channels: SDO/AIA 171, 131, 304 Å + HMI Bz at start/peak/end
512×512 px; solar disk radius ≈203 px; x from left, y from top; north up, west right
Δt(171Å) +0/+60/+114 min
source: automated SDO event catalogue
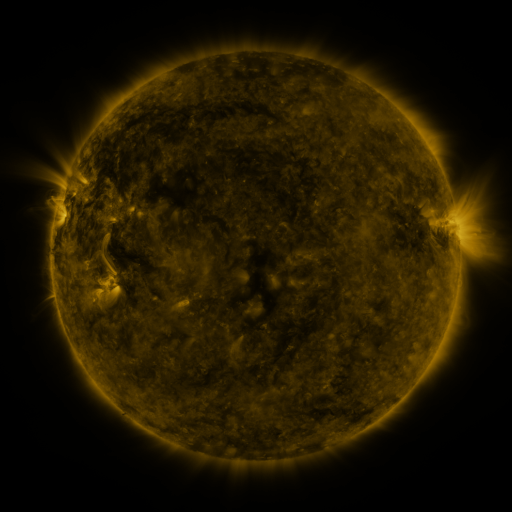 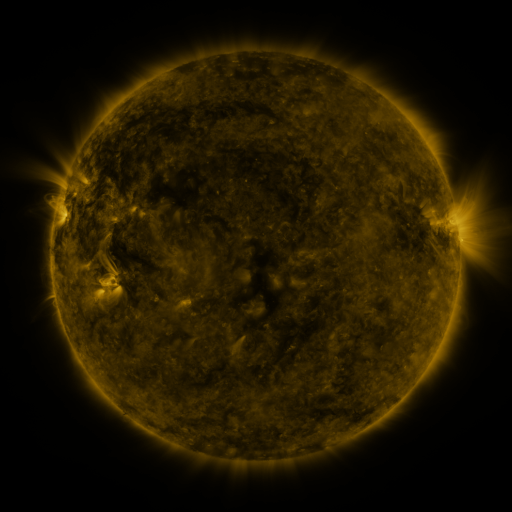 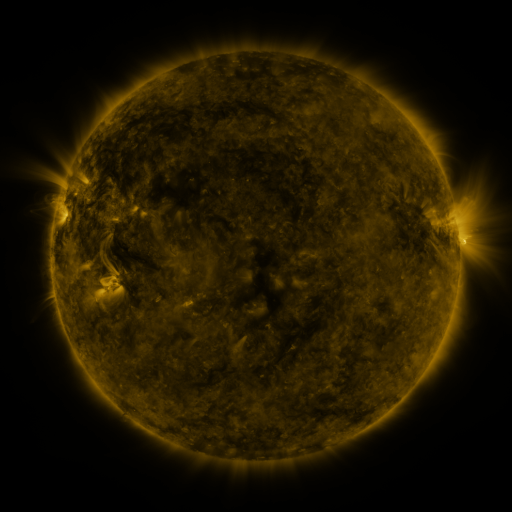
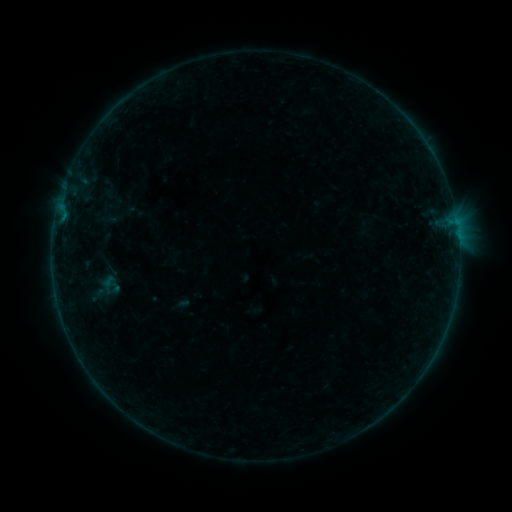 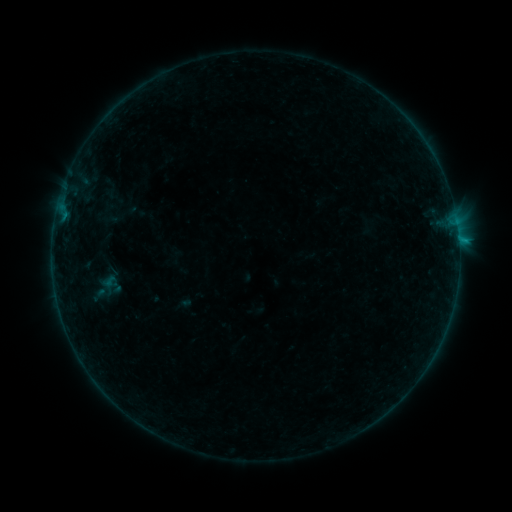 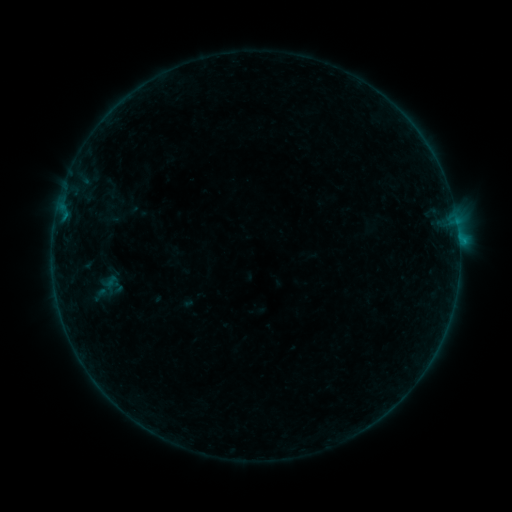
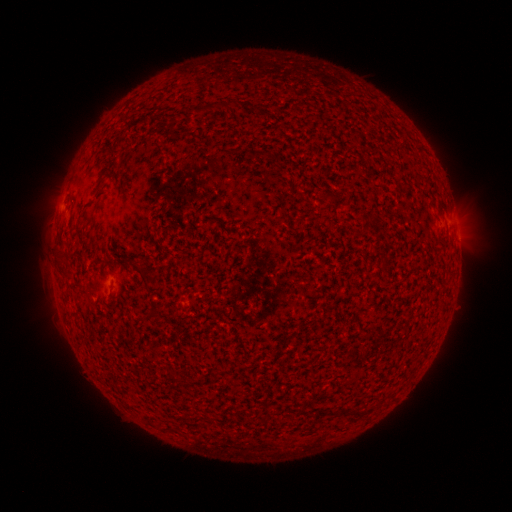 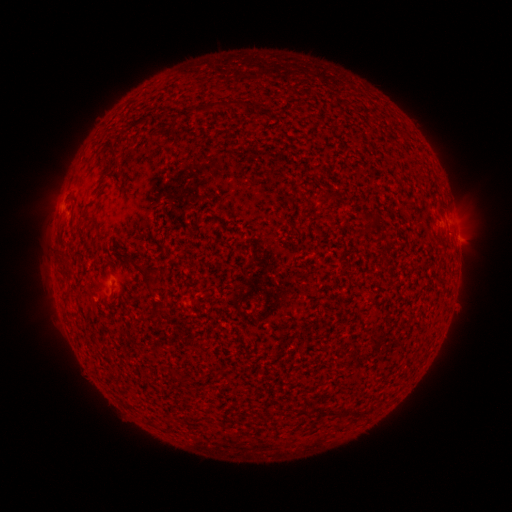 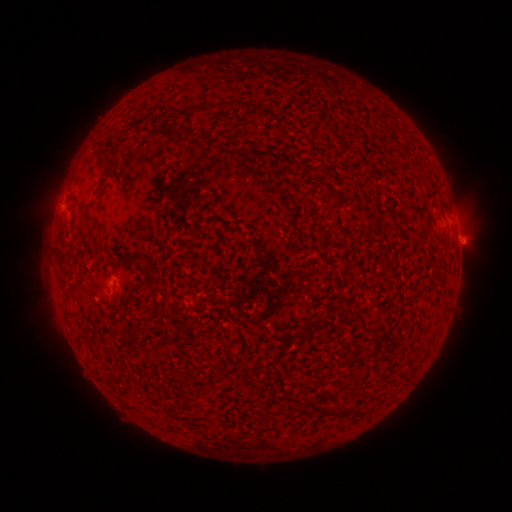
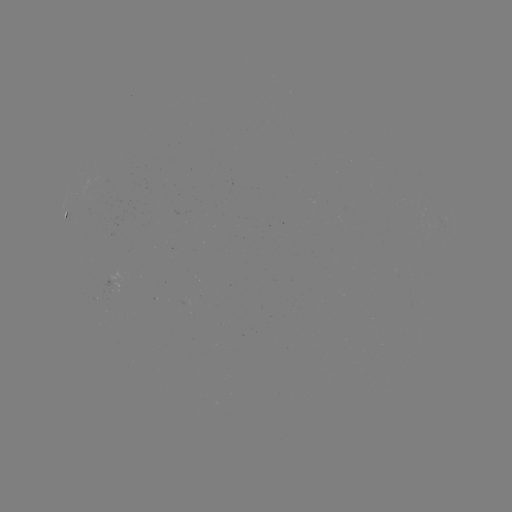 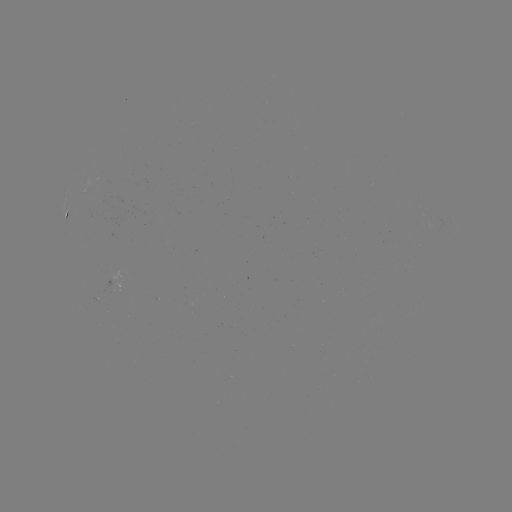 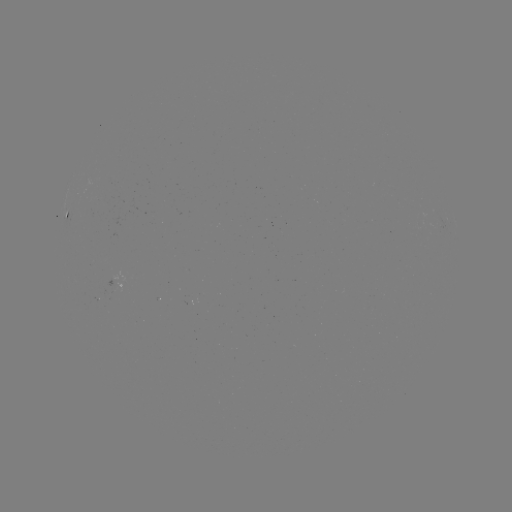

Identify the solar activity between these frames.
B3.8 flare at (458, 241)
